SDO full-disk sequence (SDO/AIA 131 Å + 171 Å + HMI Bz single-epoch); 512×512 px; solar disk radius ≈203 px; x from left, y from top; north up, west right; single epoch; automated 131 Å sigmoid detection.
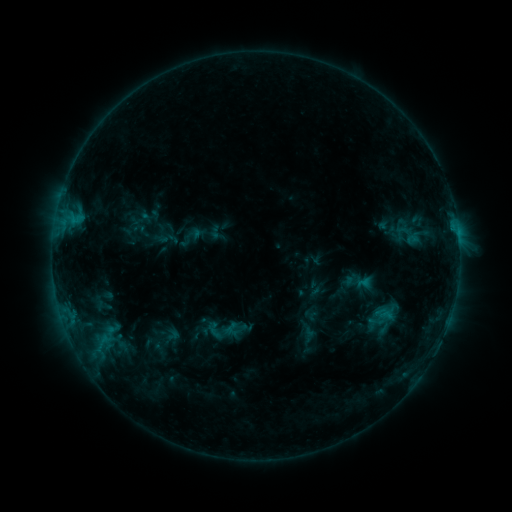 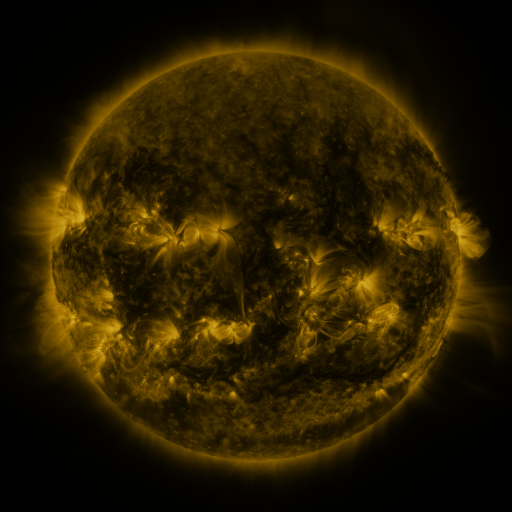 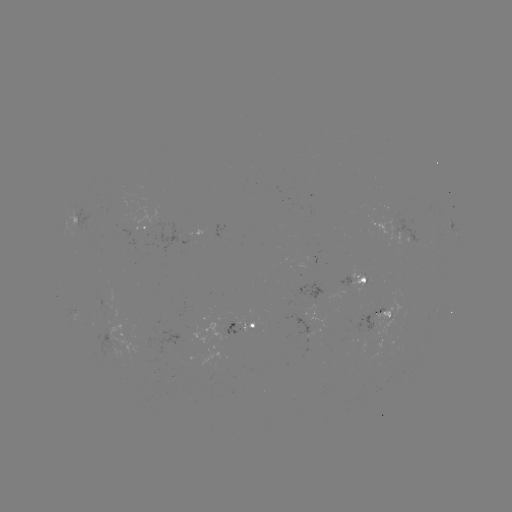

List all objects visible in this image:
sigmoid: [375, 306, 393, 324]
sigmoid: [203, 308, 248, 351]
